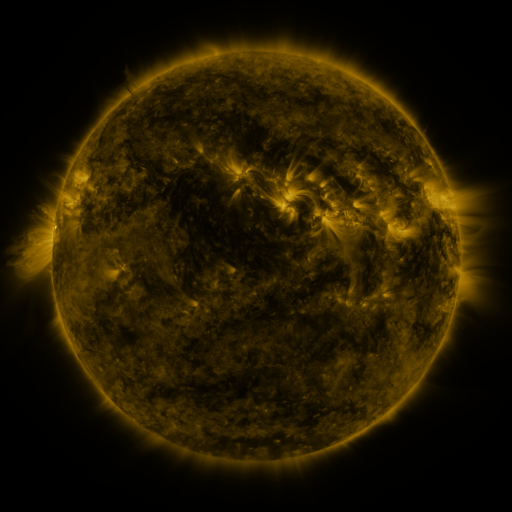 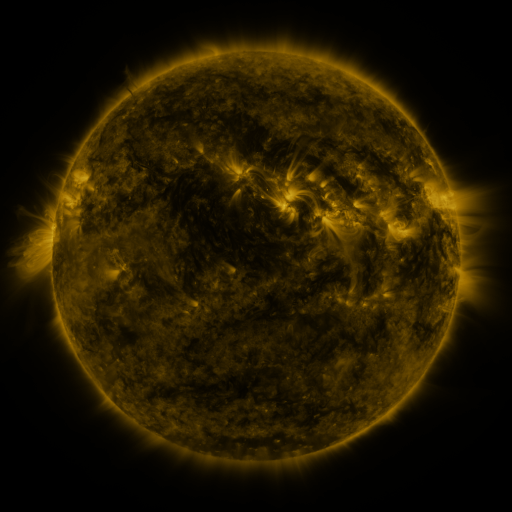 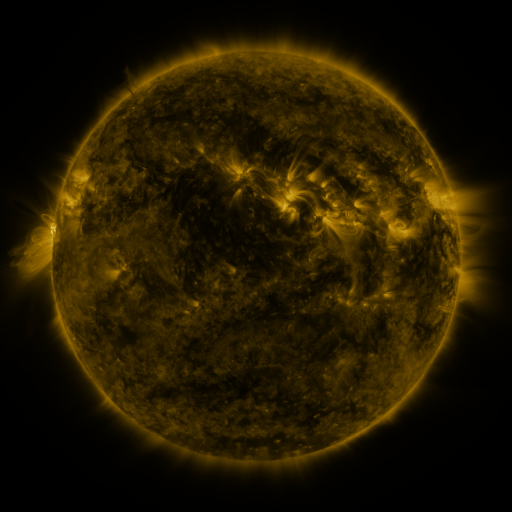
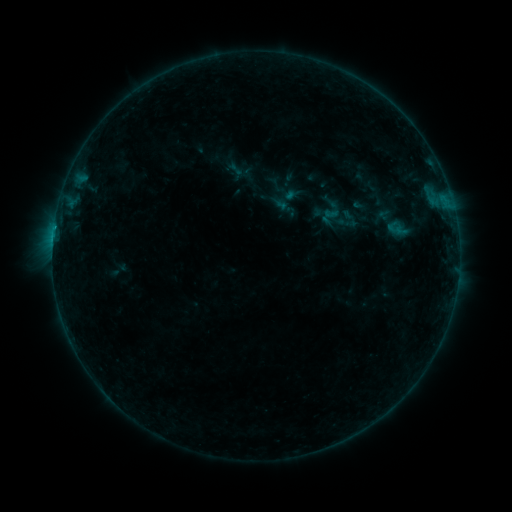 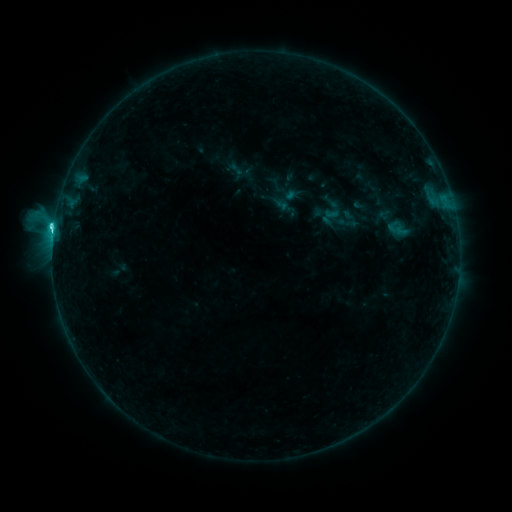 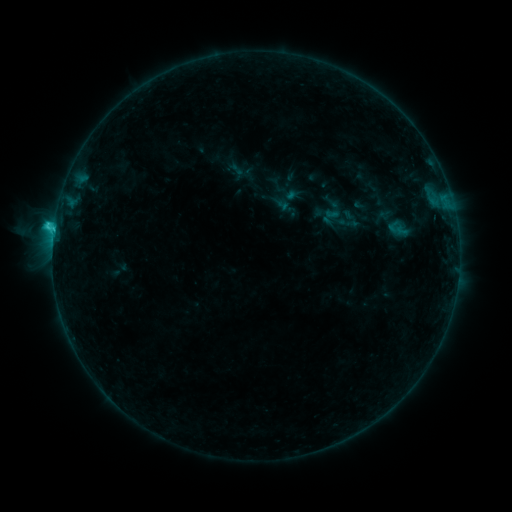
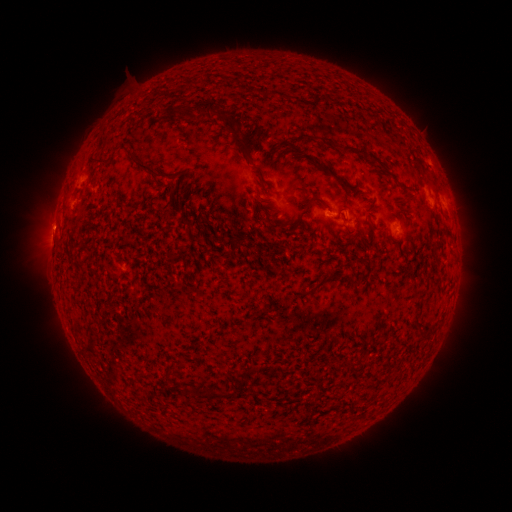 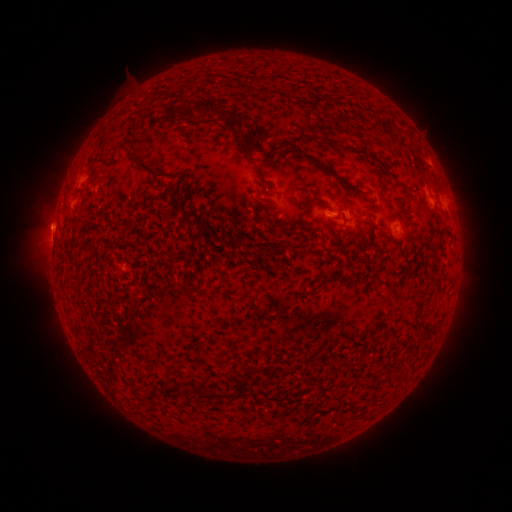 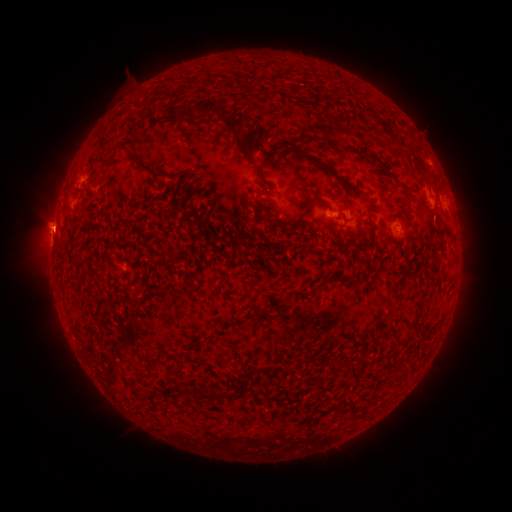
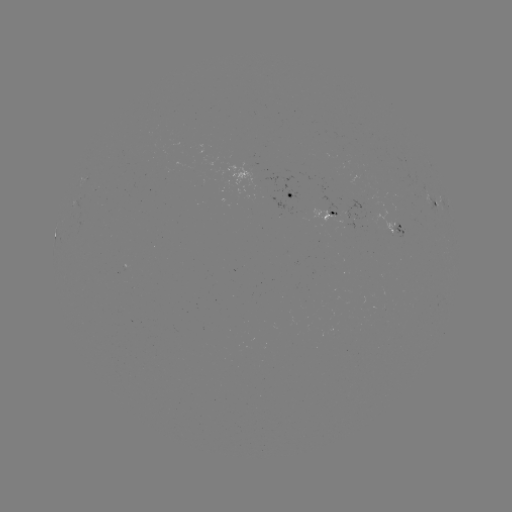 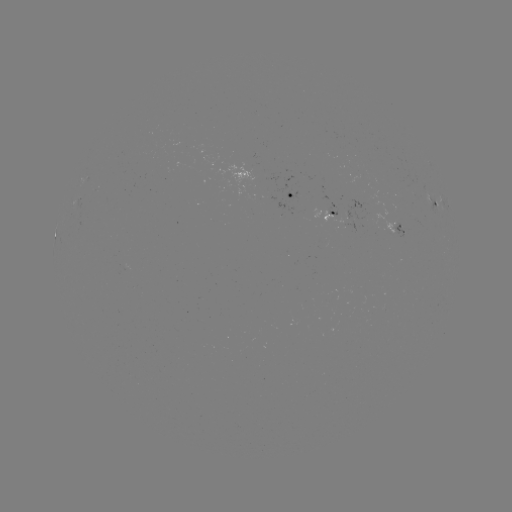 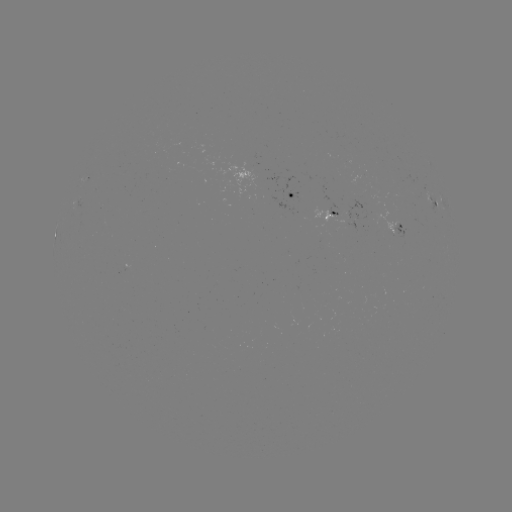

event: flare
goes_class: C3.3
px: (54, 230)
